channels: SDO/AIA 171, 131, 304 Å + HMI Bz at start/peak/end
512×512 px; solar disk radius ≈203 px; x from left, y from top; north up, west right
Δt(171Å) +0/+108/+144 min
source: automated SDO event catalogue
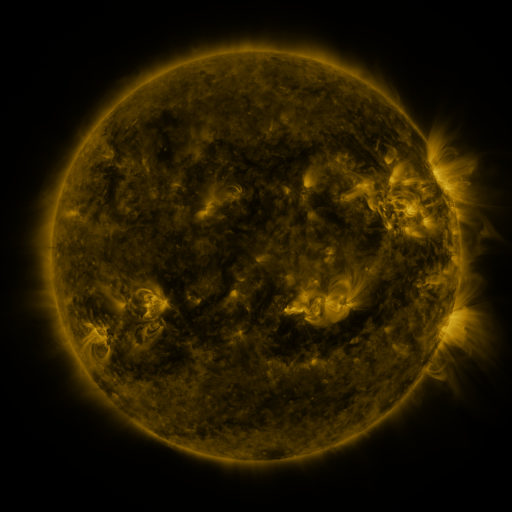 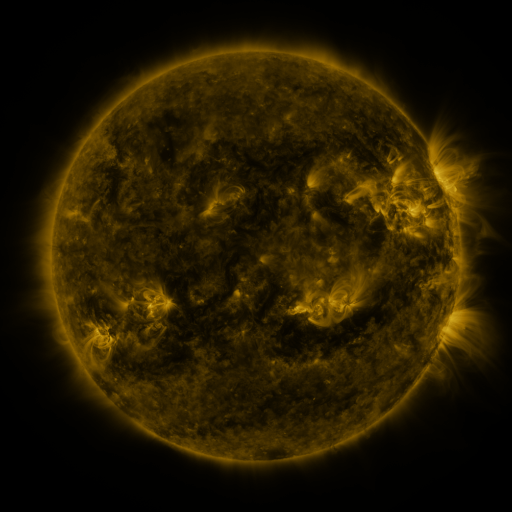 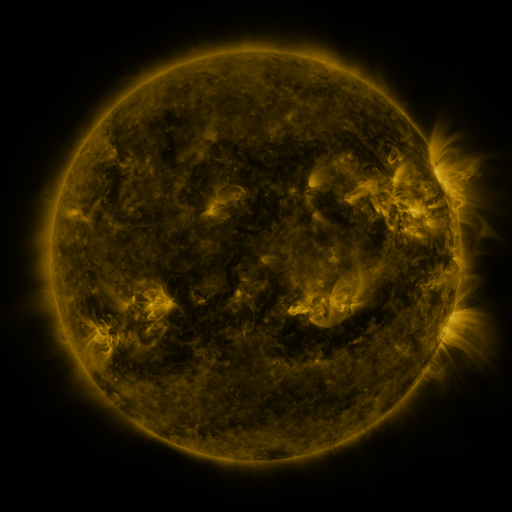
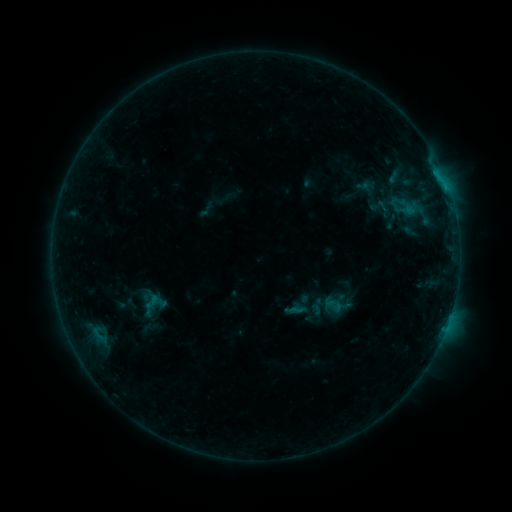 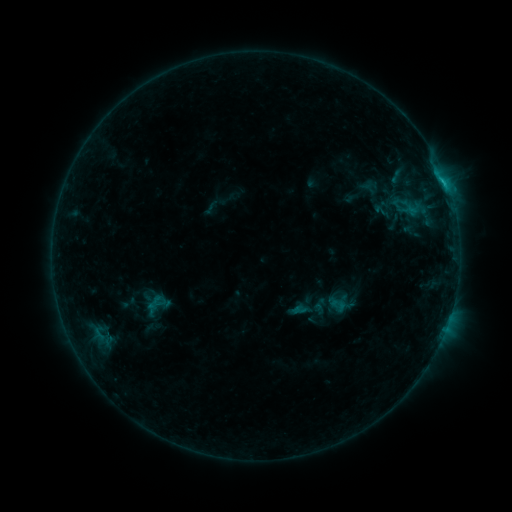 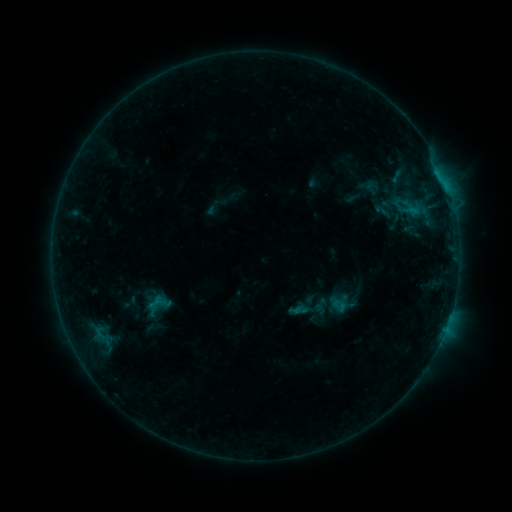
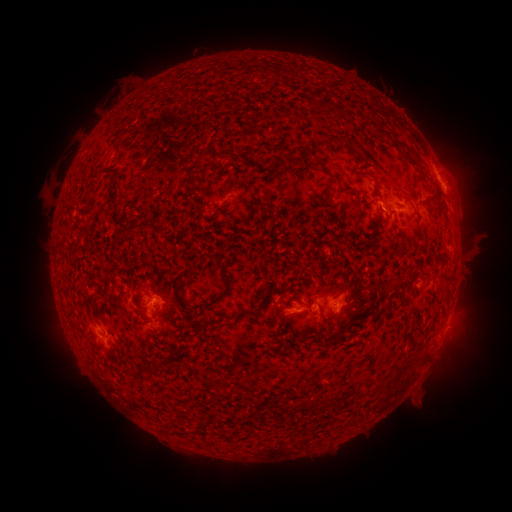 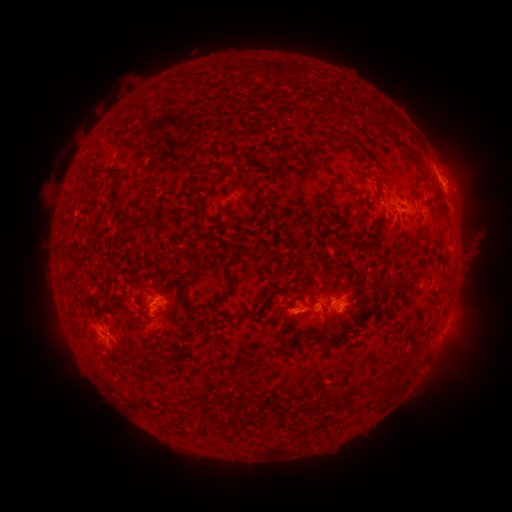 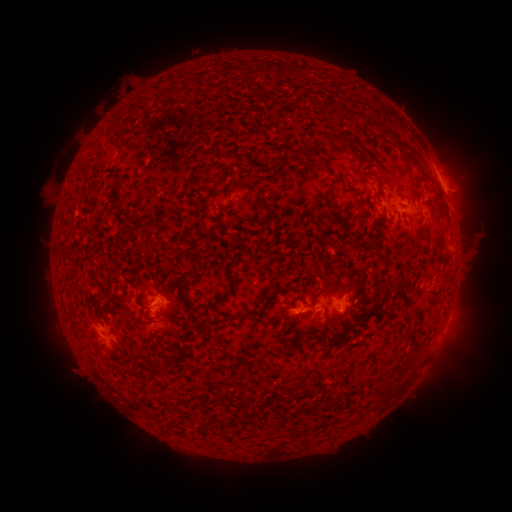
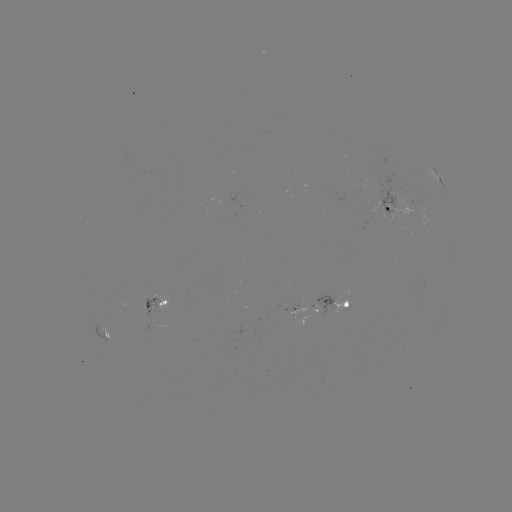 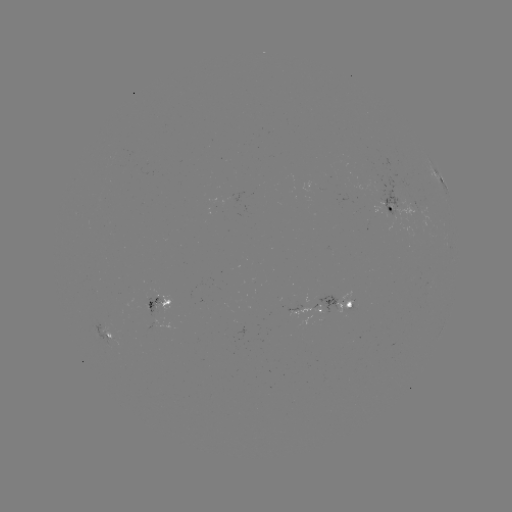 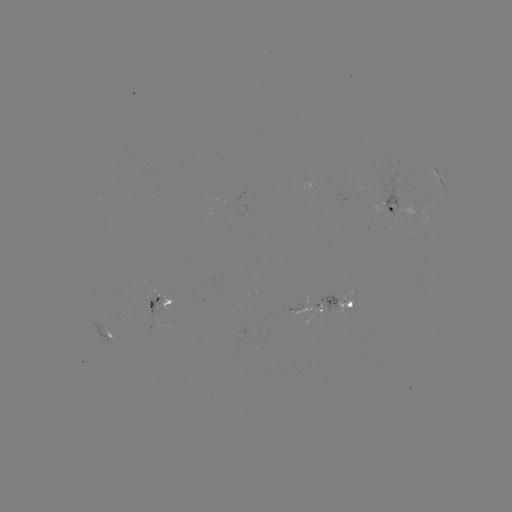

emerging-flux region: <bbox>372, 168, 407, 233</bbox>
